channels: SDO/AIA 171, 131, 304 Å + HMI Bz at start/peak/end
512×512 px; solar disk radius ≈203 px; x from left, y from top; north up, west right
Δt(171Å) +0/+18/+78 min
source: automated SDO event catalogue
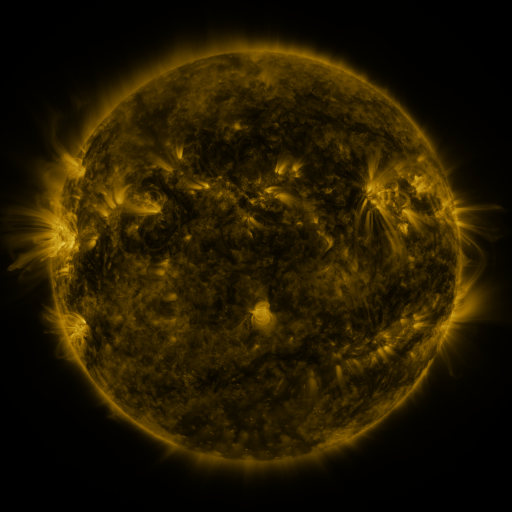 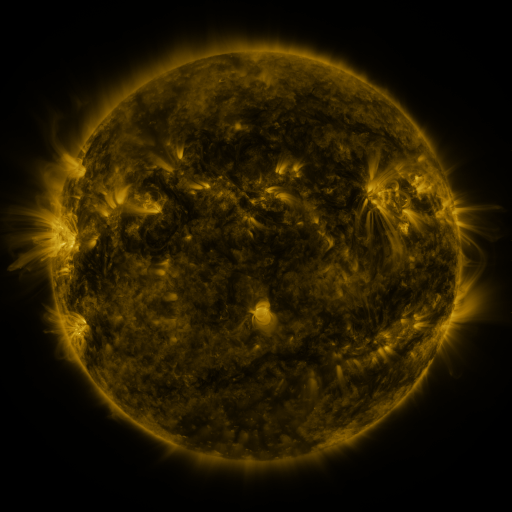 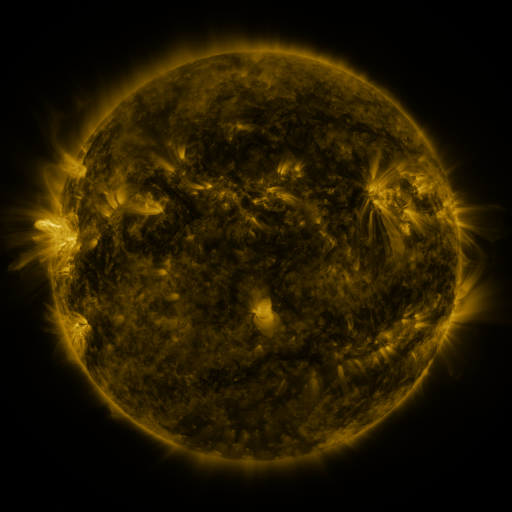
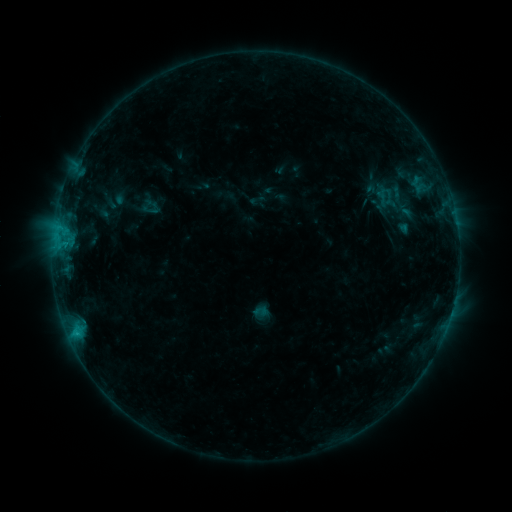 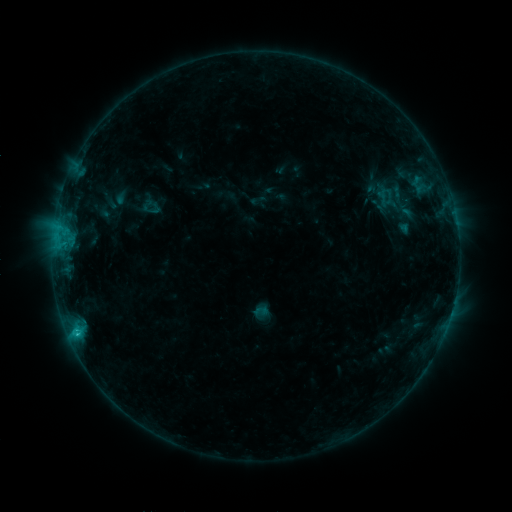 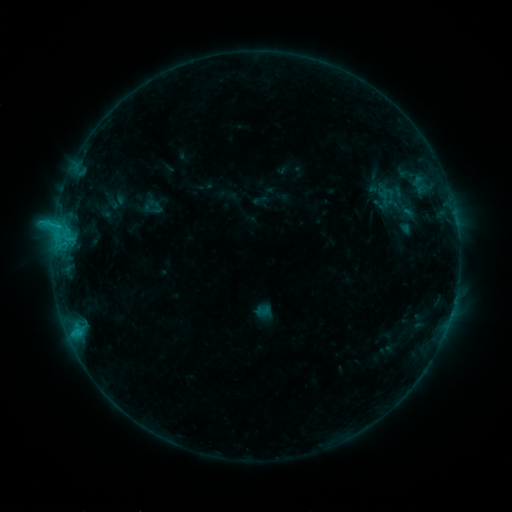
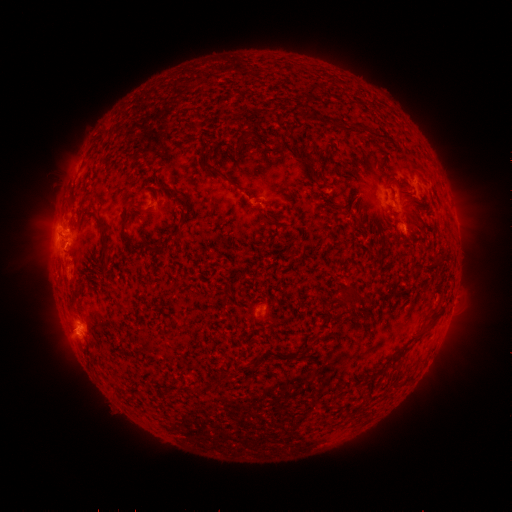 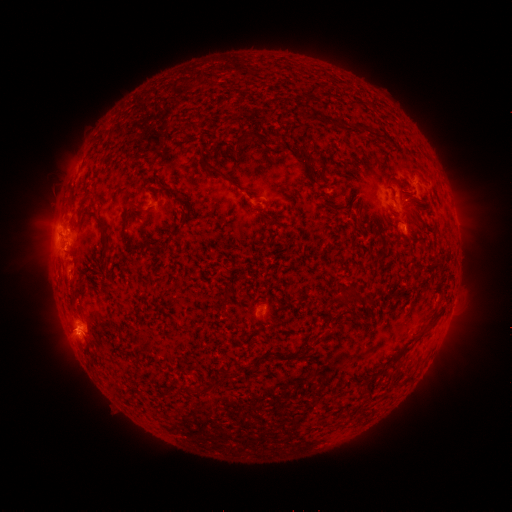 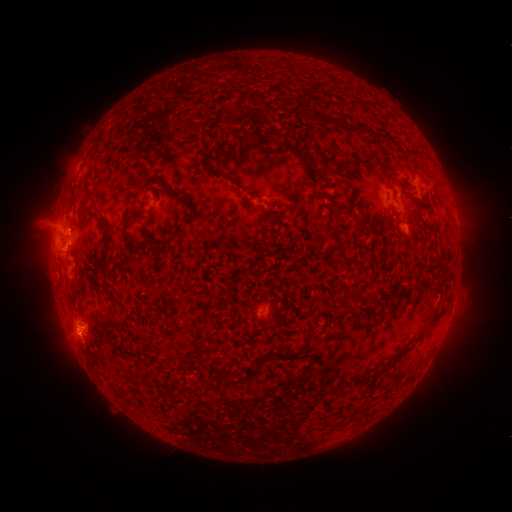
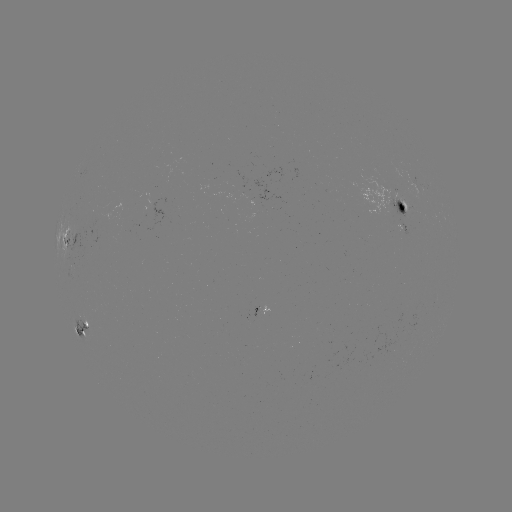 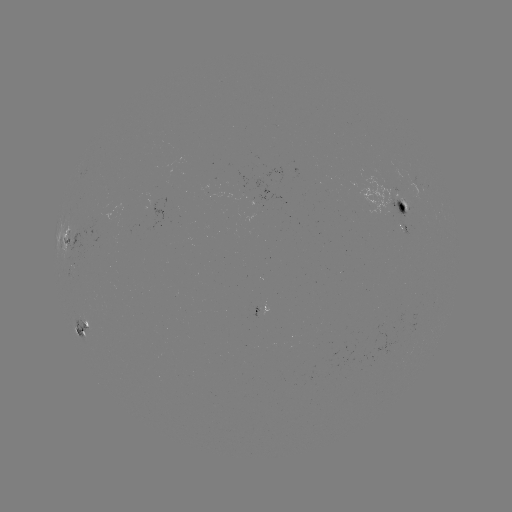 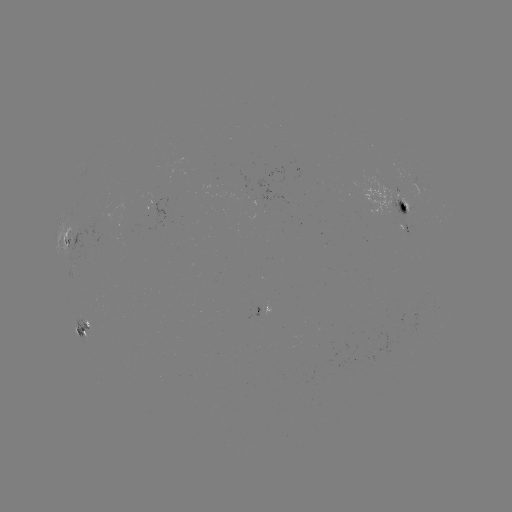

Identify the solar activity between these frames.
C1.2 flare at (78, 333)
